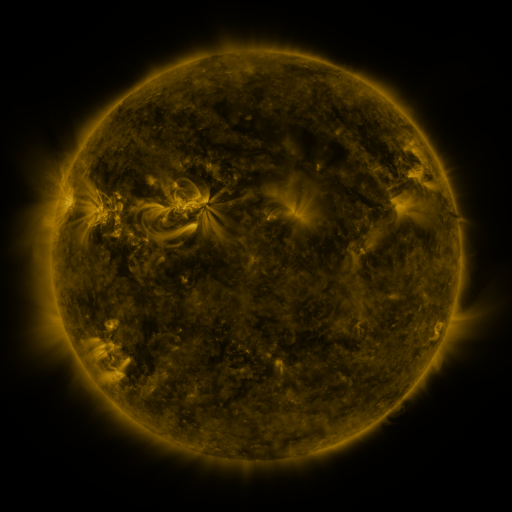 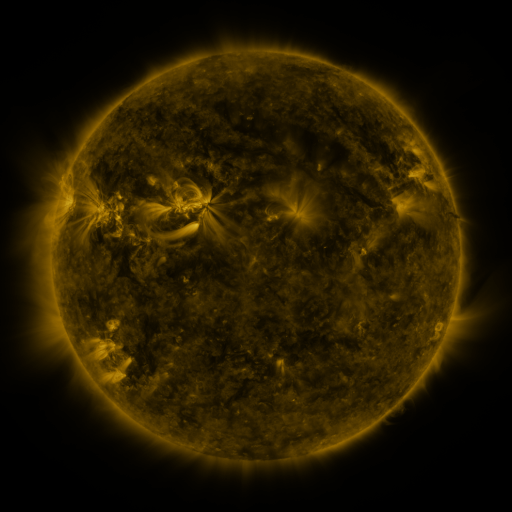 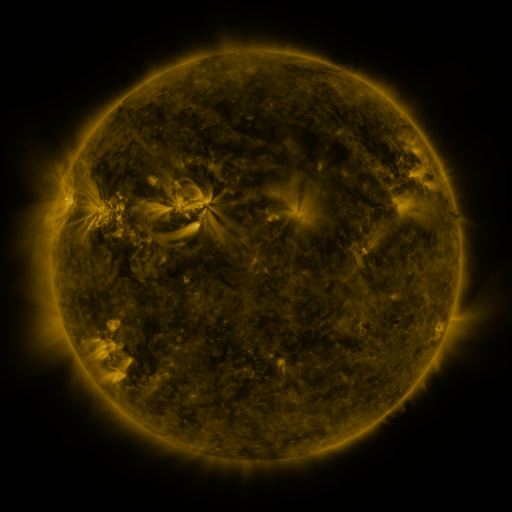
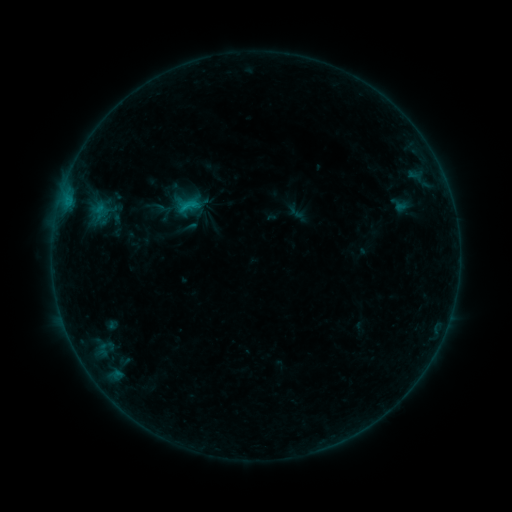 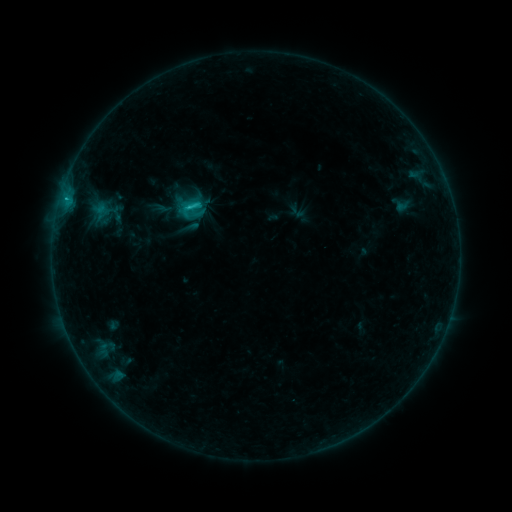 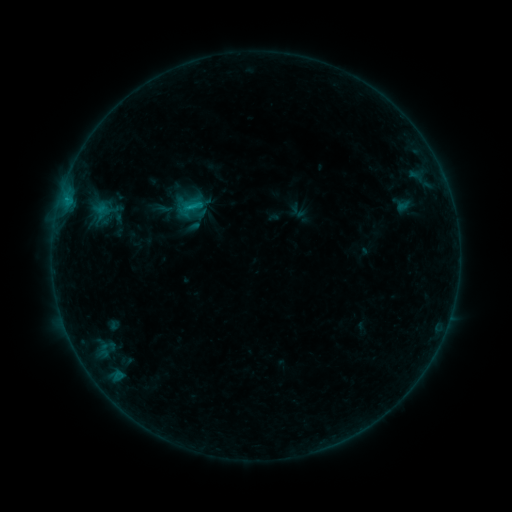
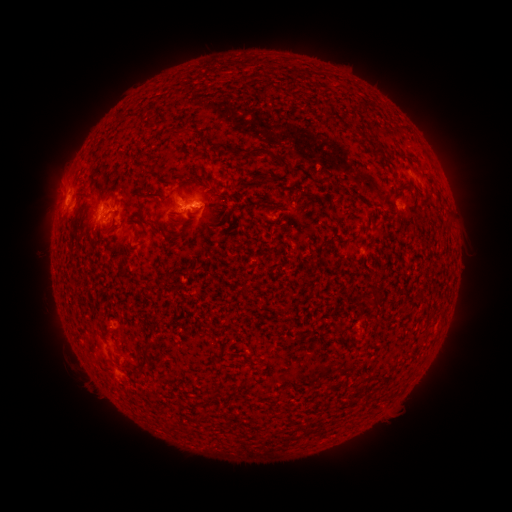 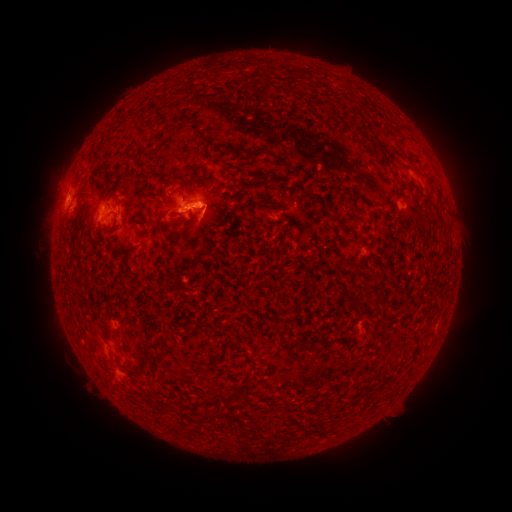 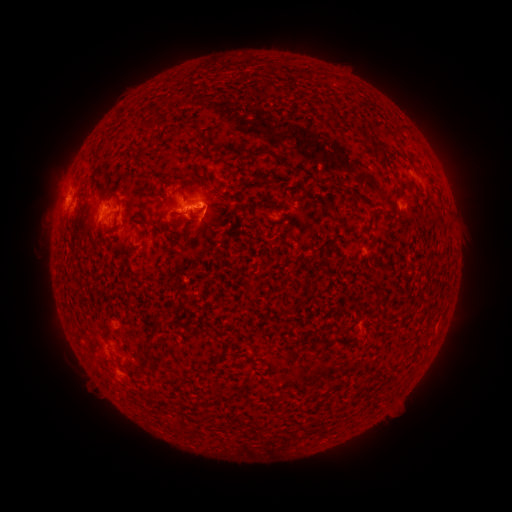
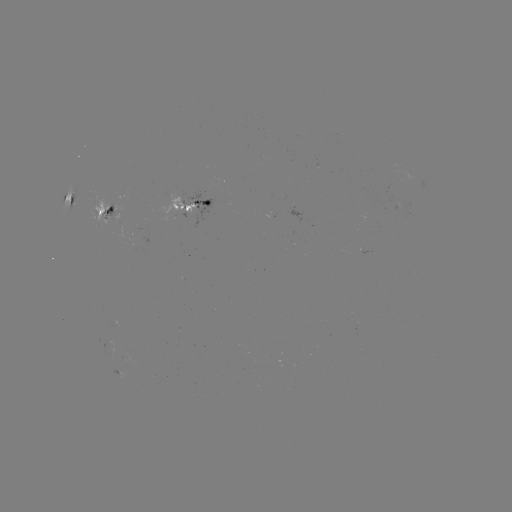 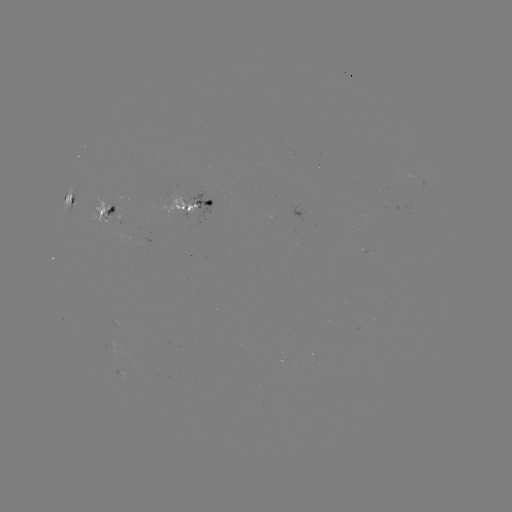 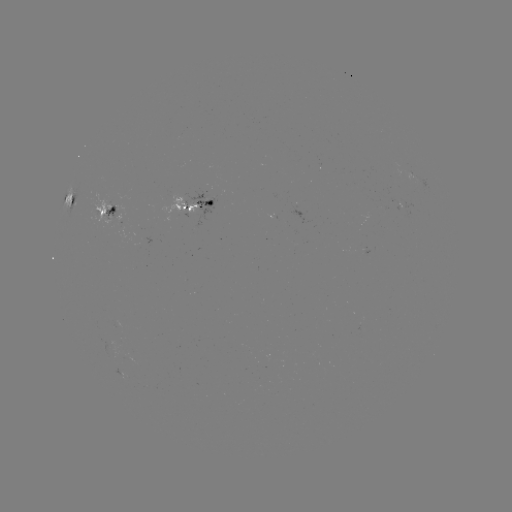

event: flare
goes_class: C1.7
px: (192, 210)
